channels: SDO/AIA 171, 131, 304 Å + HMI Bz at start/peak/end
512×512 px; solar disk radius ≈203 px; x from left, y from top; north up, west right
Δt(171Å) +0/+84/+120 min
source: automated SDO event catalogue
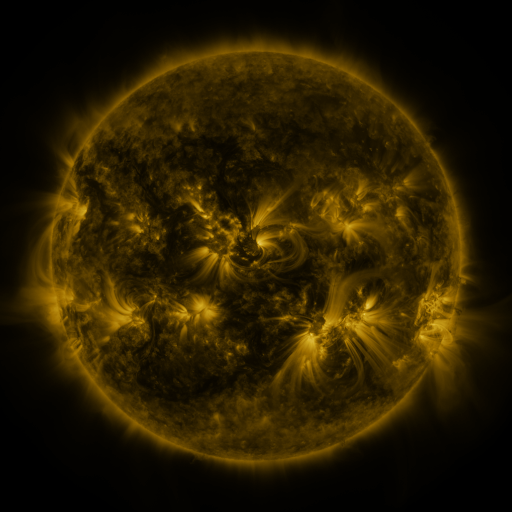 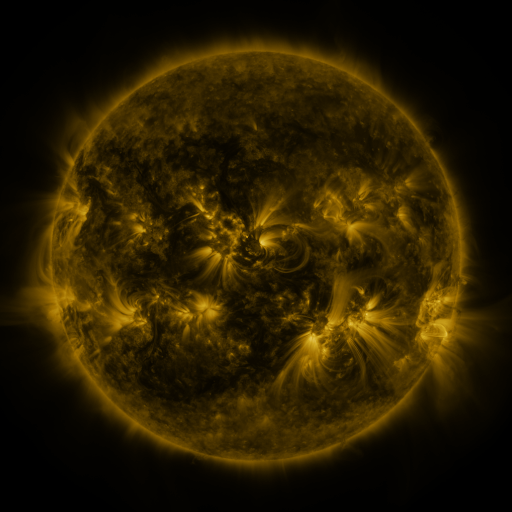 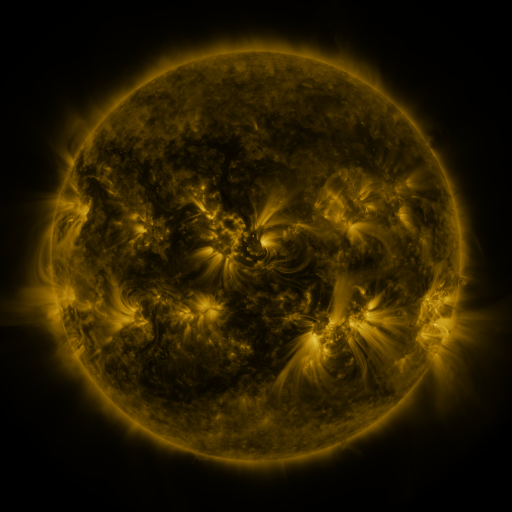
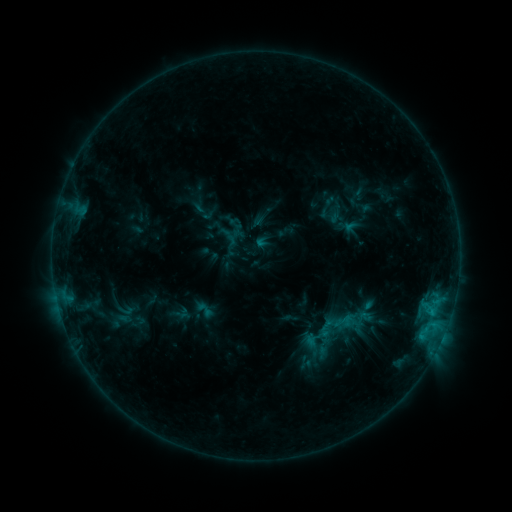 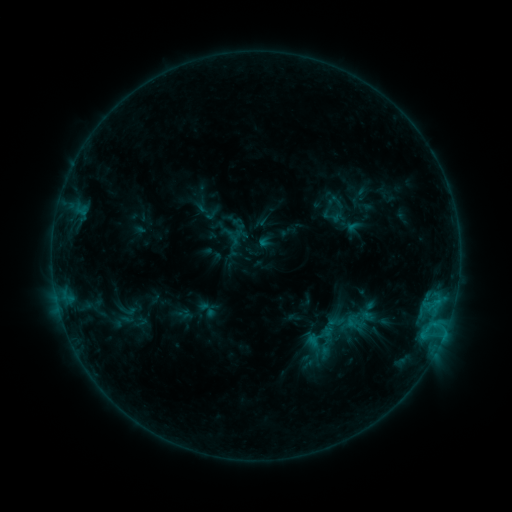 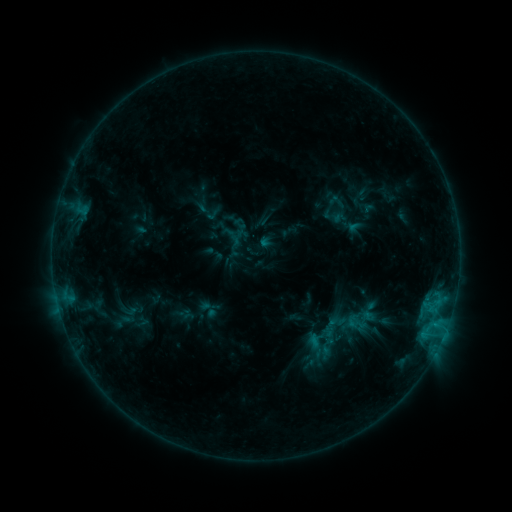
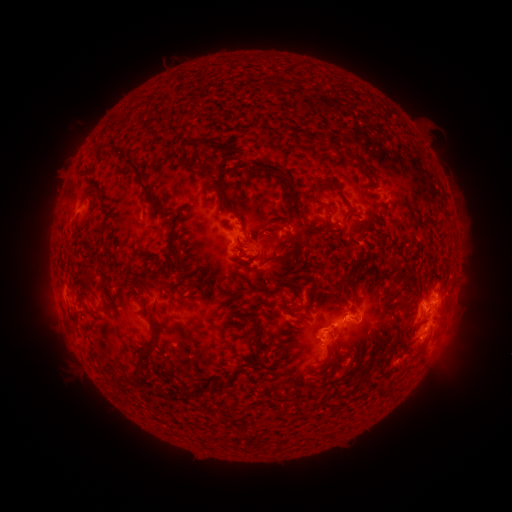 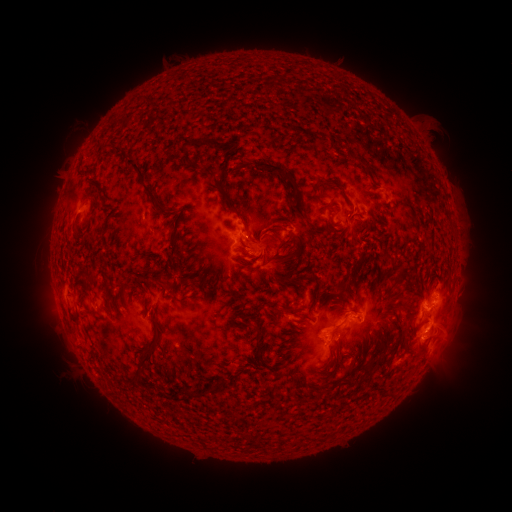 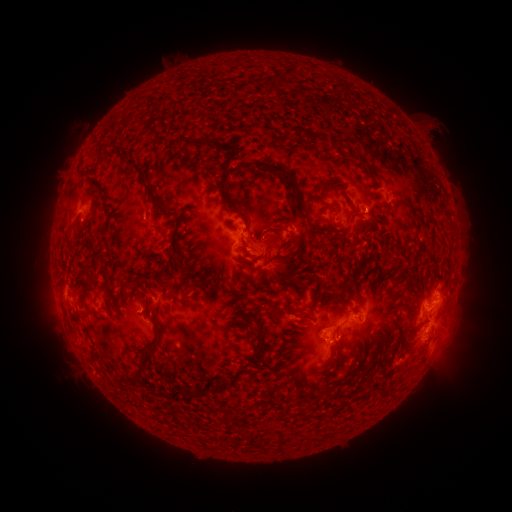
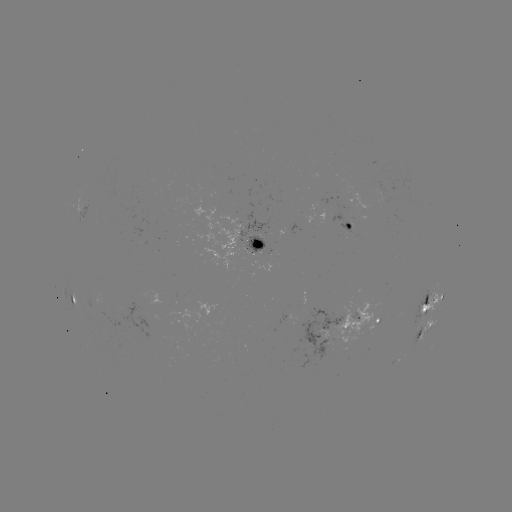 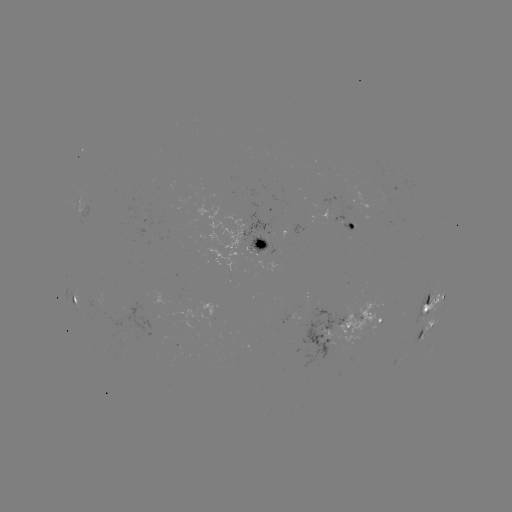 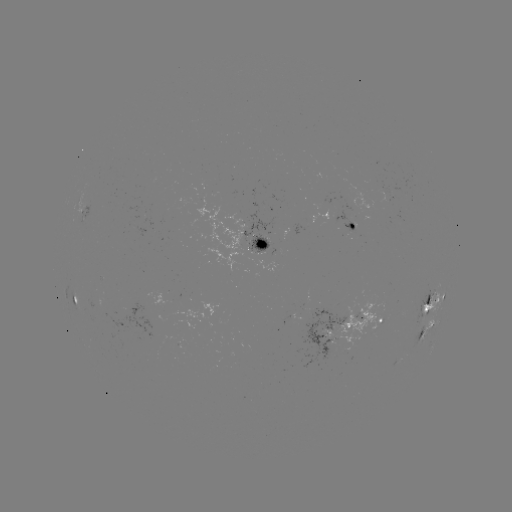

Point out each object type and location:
emerging-flux region: (180, 346)
